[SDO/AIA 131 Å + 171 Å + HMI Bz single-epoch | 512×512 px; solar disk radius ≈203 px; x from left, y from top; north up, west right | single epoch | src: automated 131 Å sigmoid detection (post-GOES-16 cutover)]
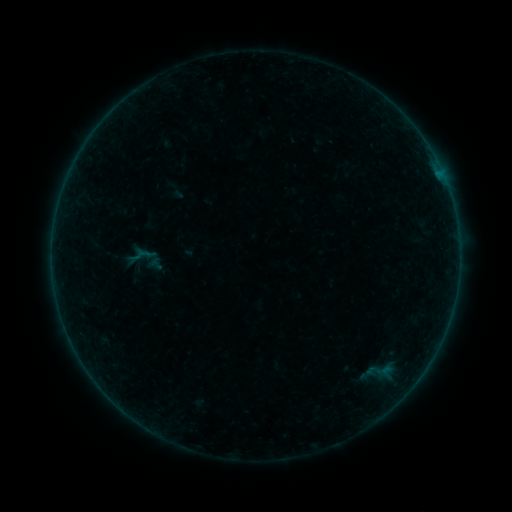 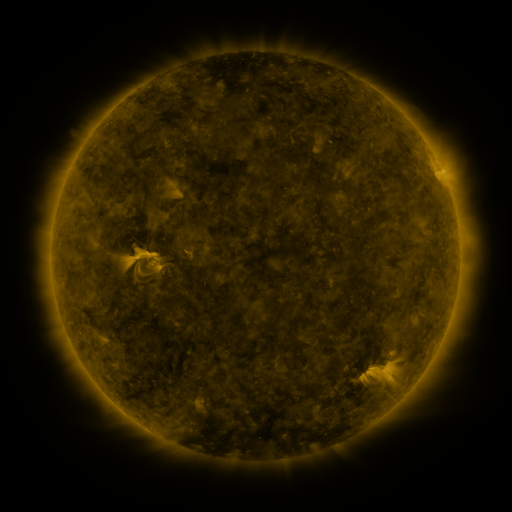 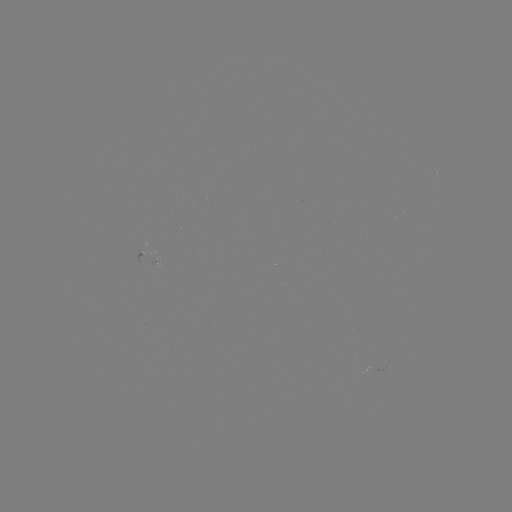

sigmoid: [129, 240, 166, 275]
